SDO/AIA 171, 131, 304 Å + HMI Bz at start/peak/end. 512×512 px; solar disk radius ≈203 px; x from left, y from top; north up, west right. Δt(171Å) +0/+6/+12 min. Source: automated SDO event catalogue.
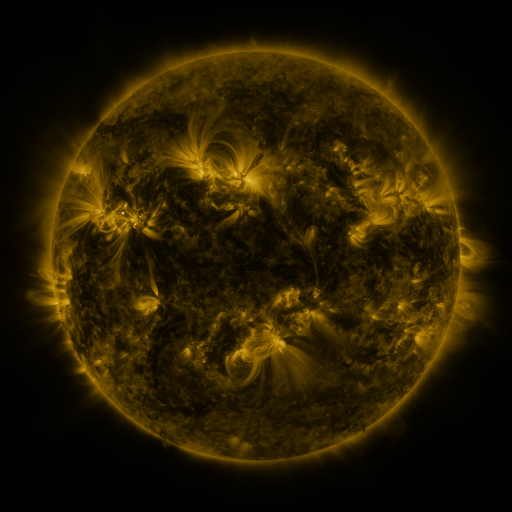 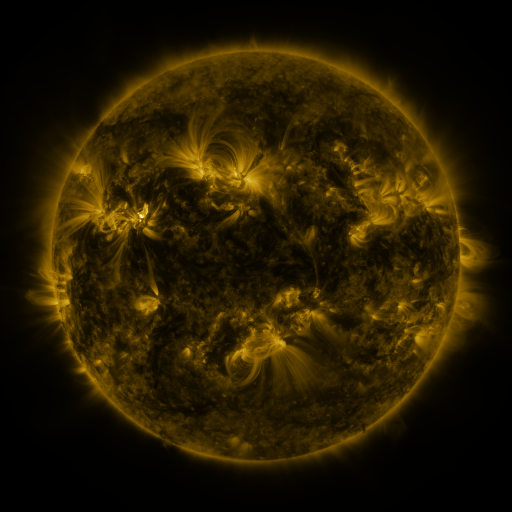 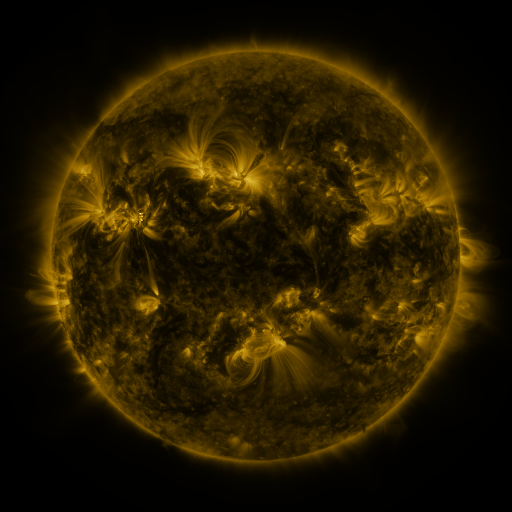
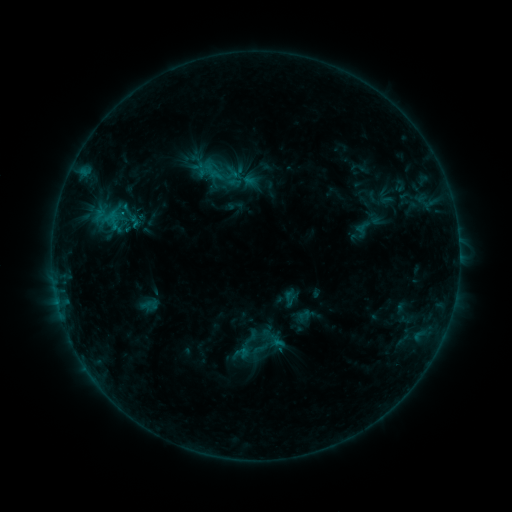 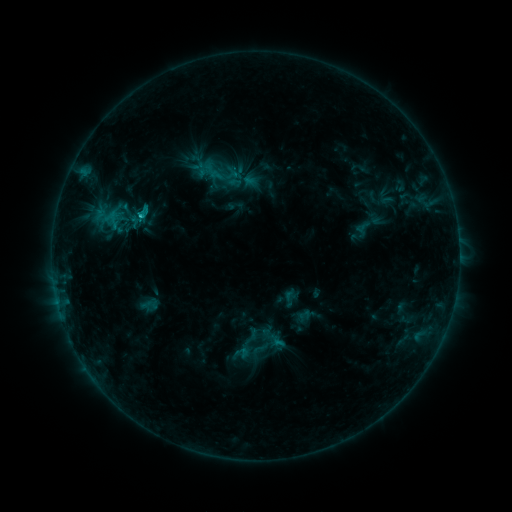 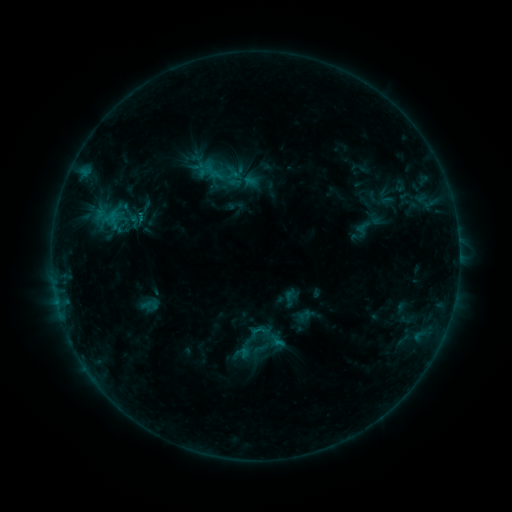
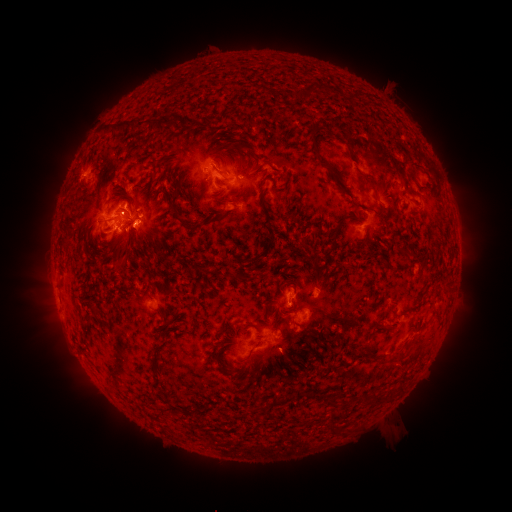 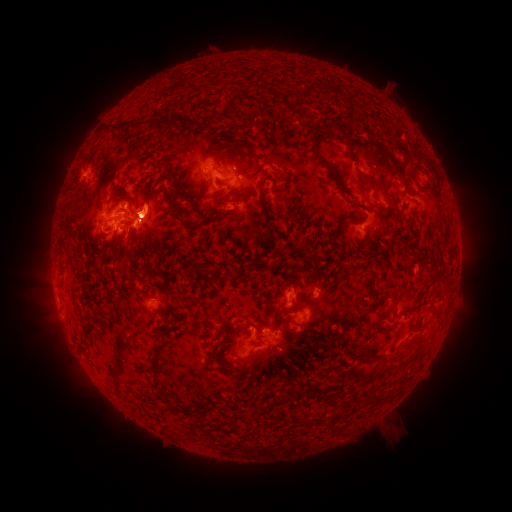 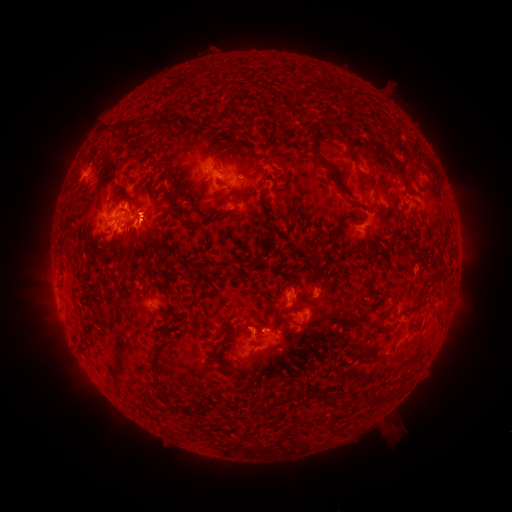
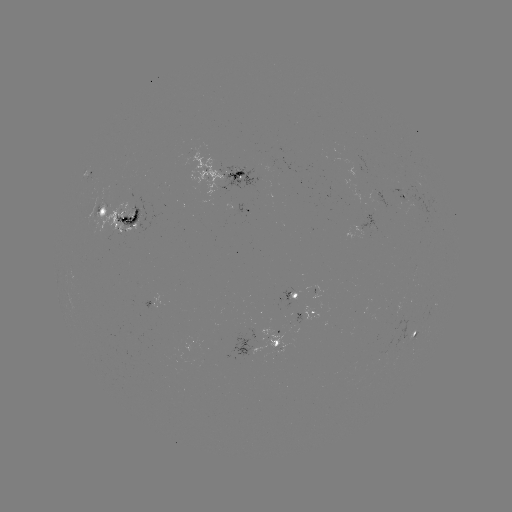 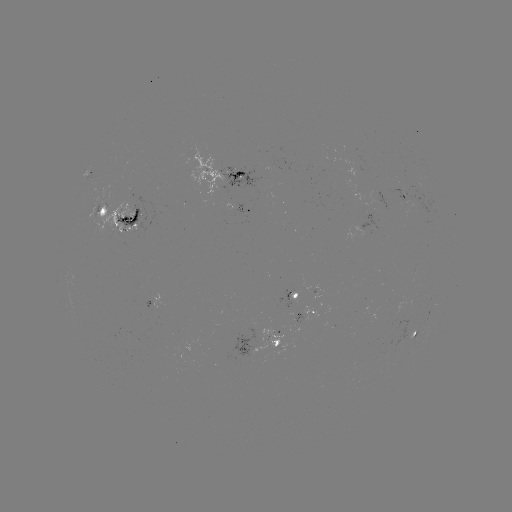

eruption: <bbox>45, 161, 88, 233</bbox>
